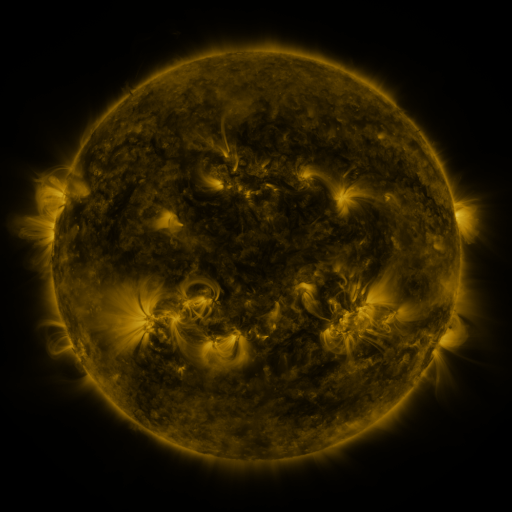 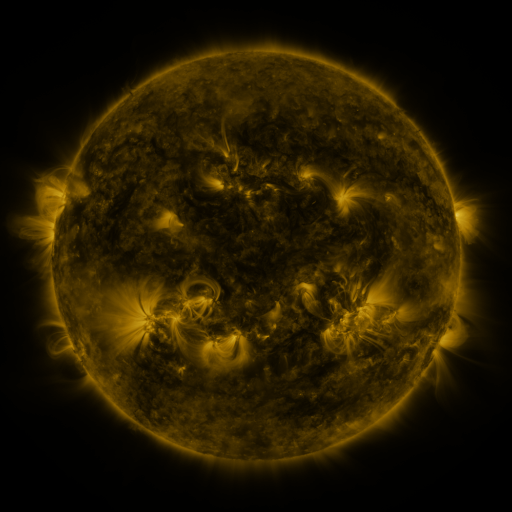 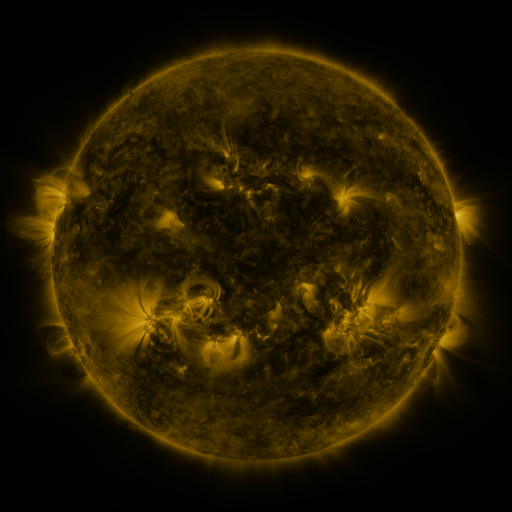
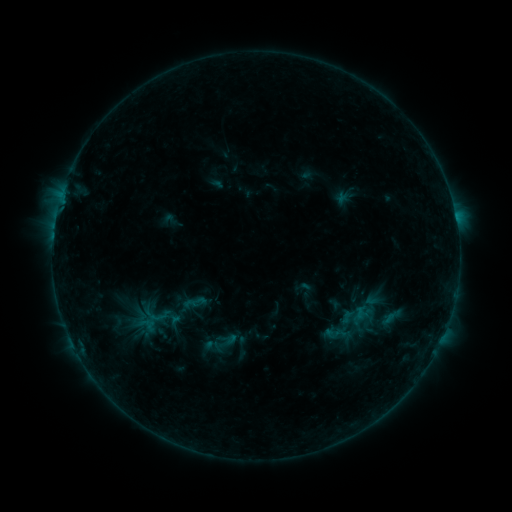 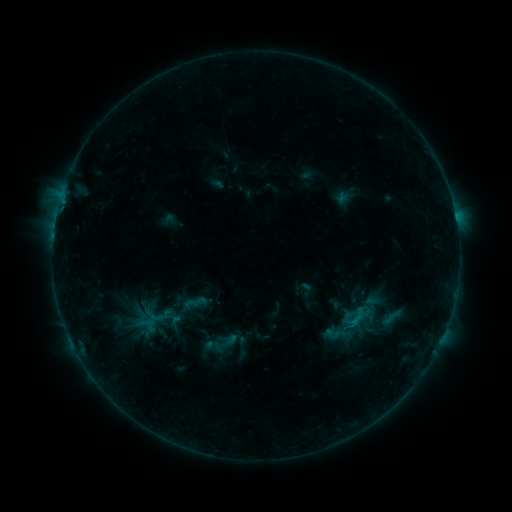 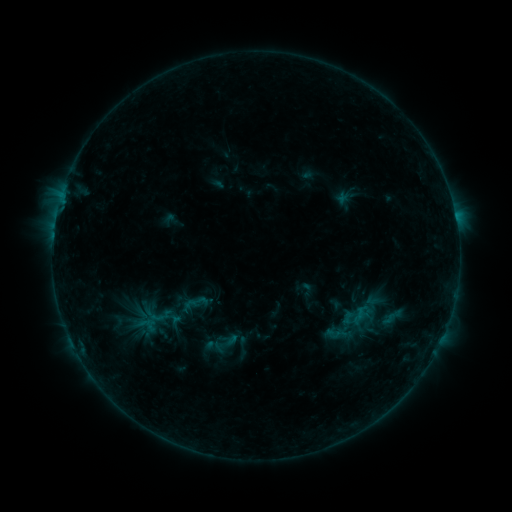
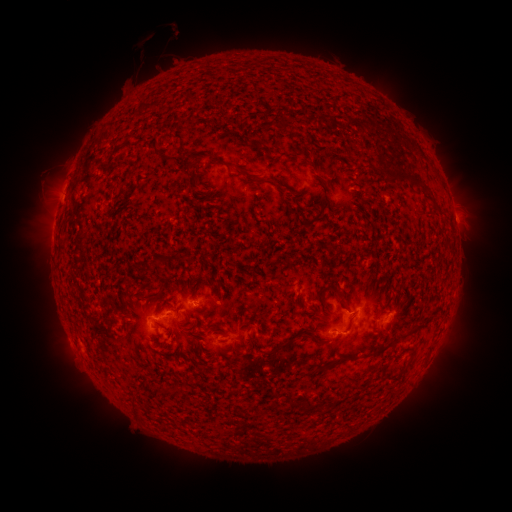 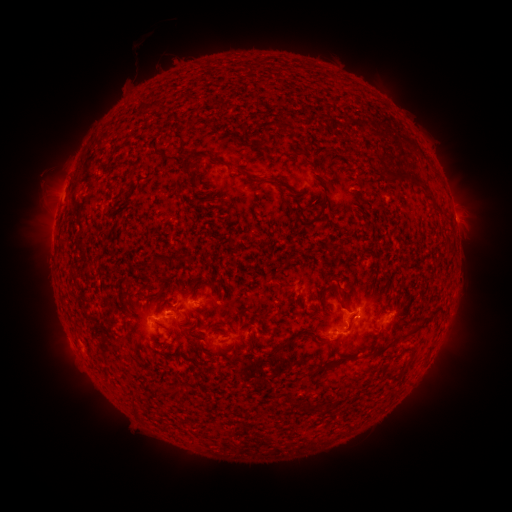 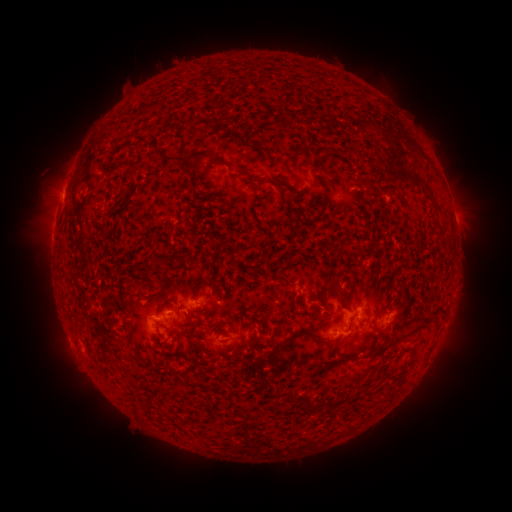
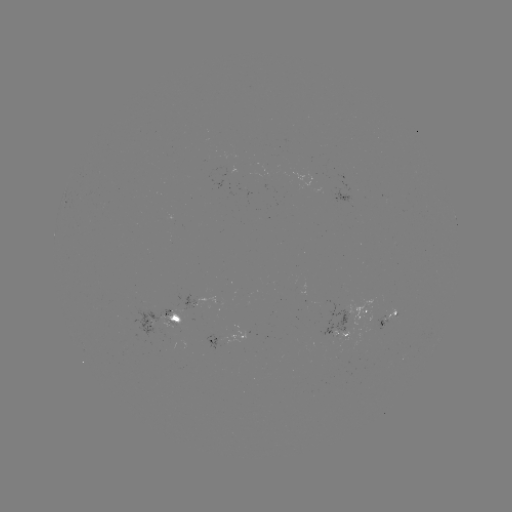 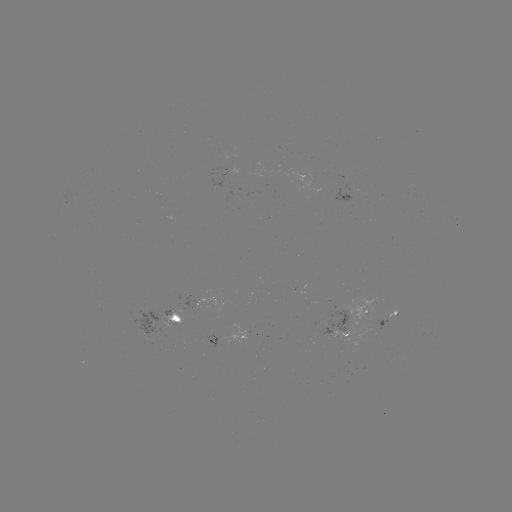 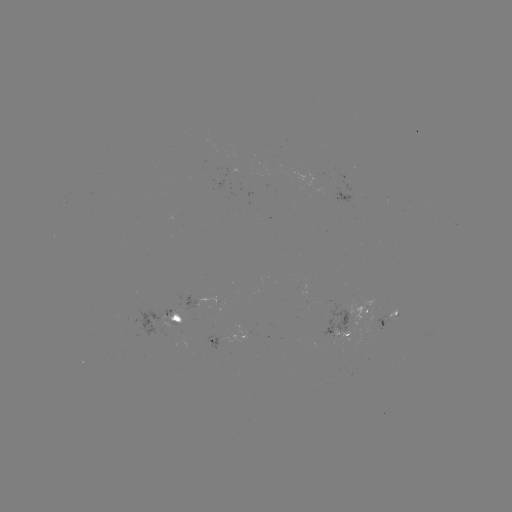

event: flare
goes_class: B4.5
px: (350, 320)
